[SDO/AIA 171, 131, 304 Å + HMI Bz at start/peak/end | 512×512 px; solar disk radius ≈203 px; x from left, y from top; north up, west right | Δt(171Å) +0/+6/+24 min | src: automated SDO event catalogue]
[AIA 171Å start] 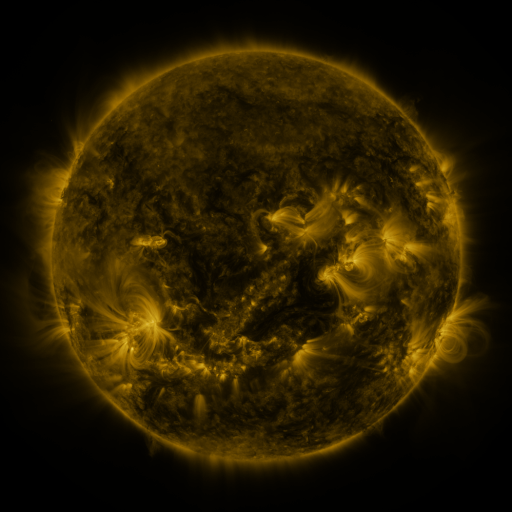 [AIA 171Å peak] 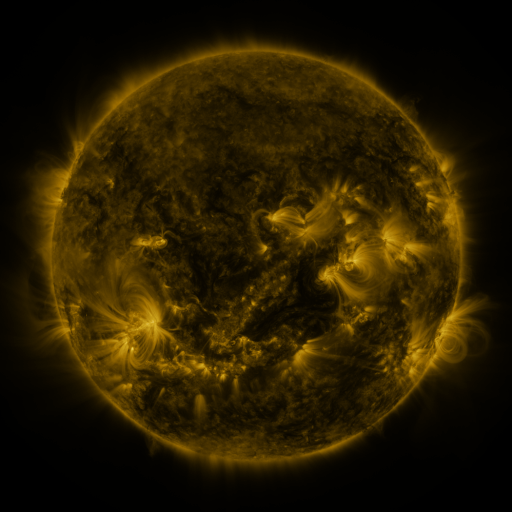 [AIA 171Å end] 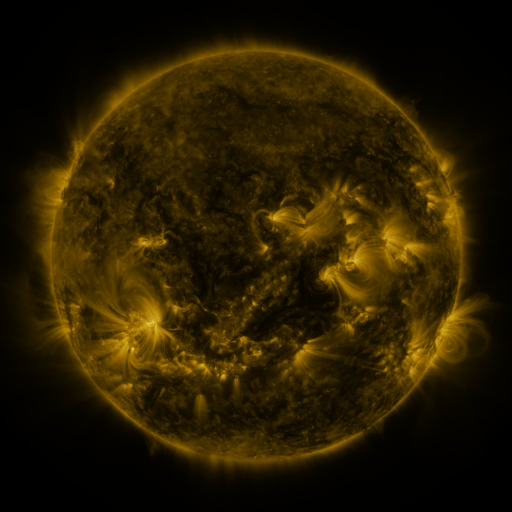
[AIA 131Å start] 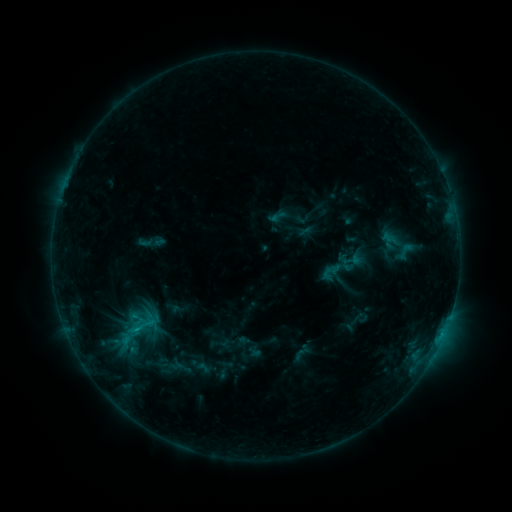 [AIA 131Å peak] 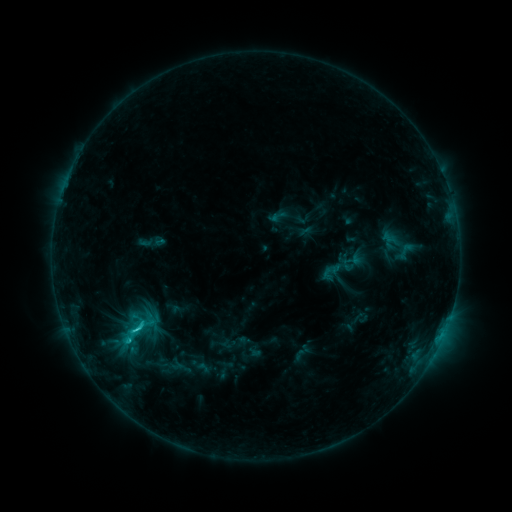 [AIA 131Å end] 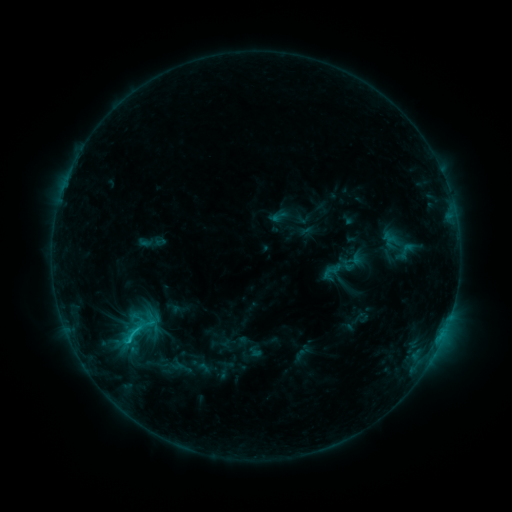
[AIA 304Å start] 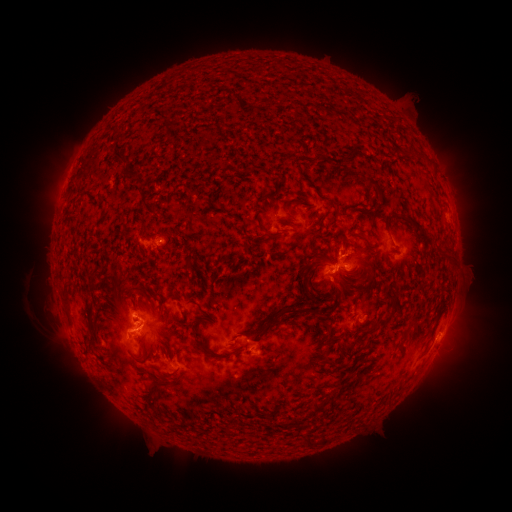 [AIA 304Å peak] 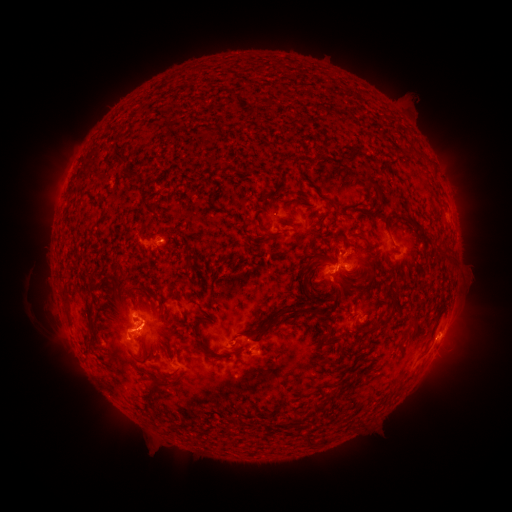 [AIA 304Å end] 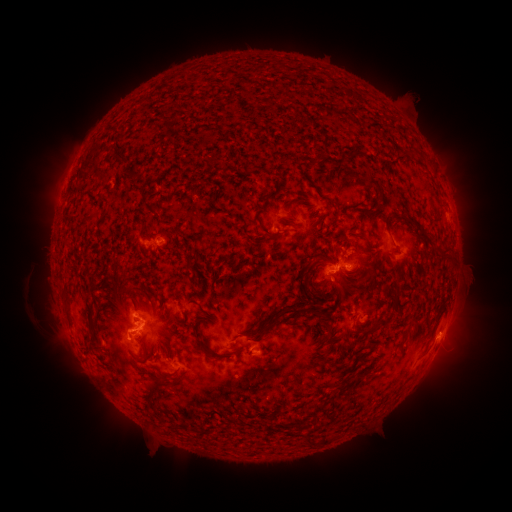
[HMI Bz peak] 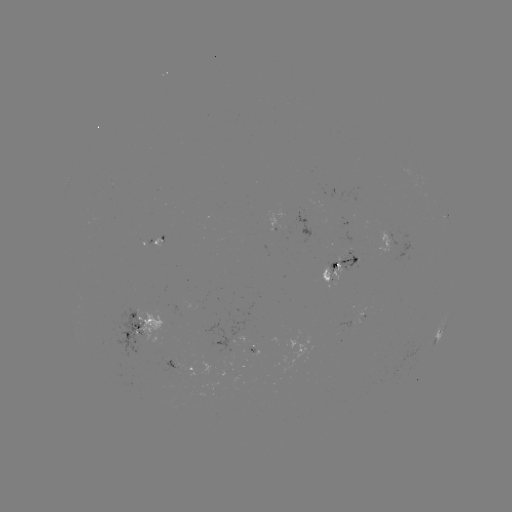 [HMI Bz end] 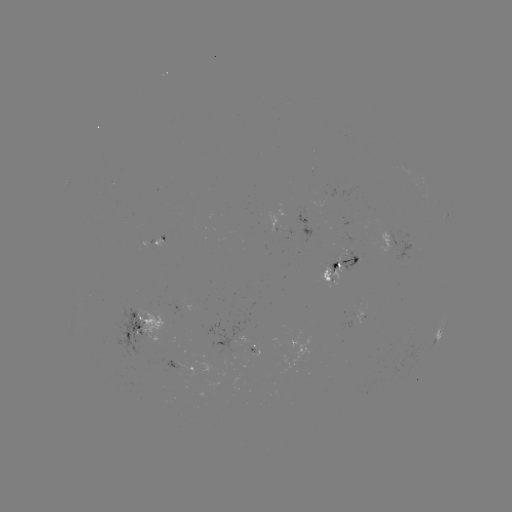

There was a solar flare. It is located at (140, 328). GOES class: C1.9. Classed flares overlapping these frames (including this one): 1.